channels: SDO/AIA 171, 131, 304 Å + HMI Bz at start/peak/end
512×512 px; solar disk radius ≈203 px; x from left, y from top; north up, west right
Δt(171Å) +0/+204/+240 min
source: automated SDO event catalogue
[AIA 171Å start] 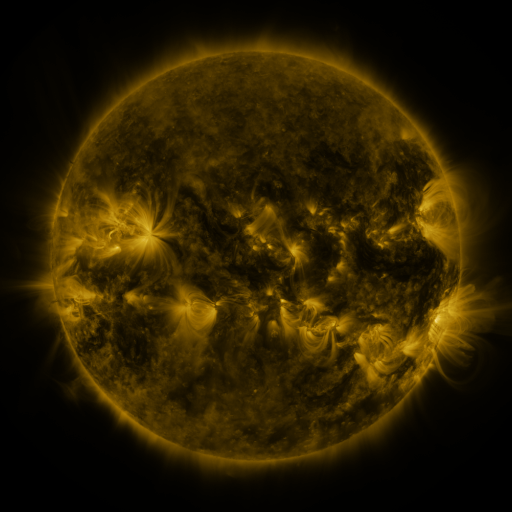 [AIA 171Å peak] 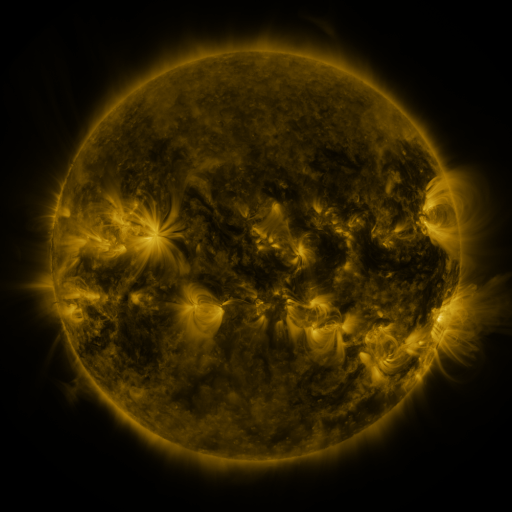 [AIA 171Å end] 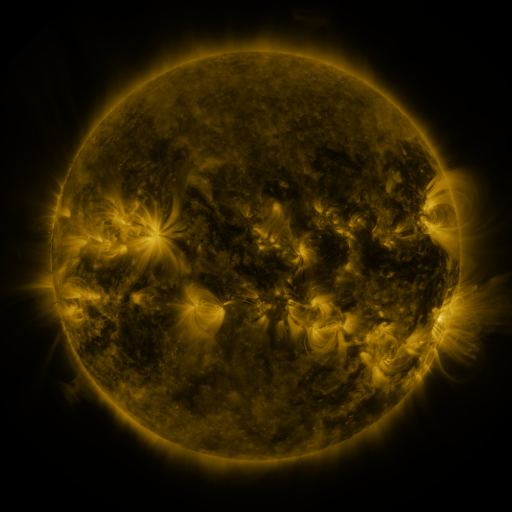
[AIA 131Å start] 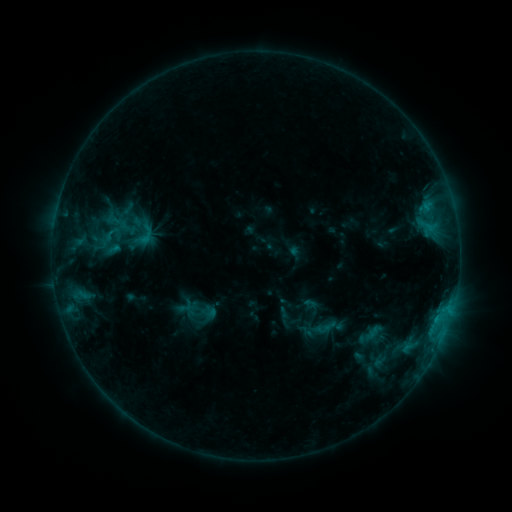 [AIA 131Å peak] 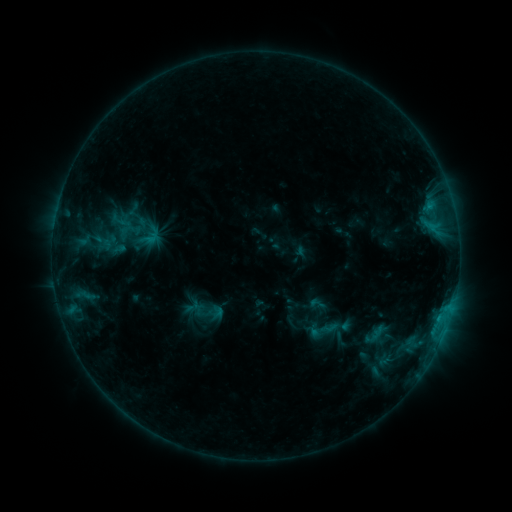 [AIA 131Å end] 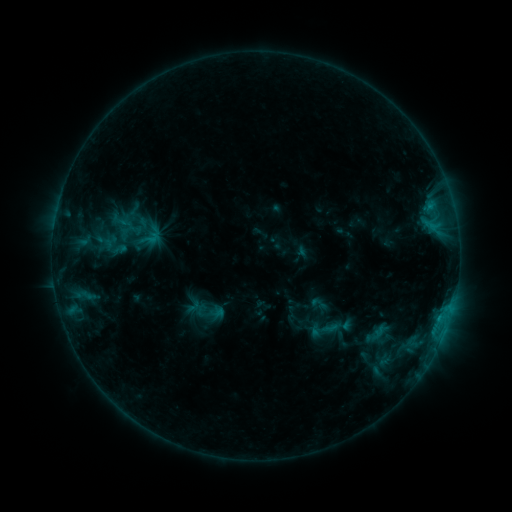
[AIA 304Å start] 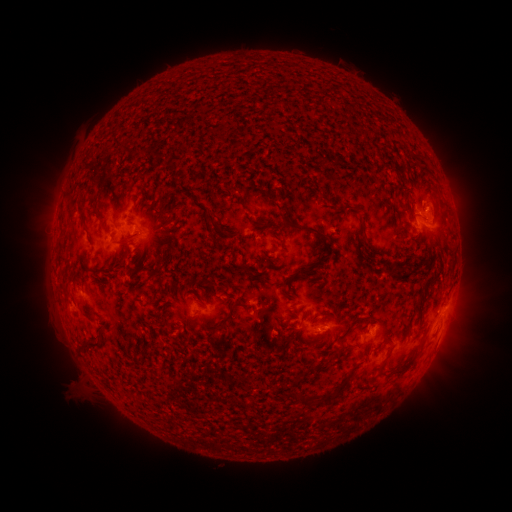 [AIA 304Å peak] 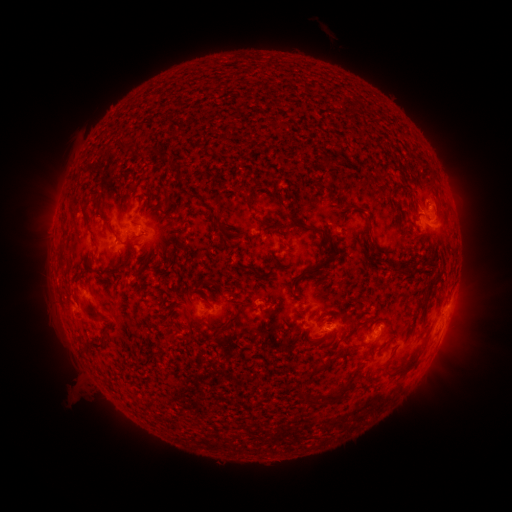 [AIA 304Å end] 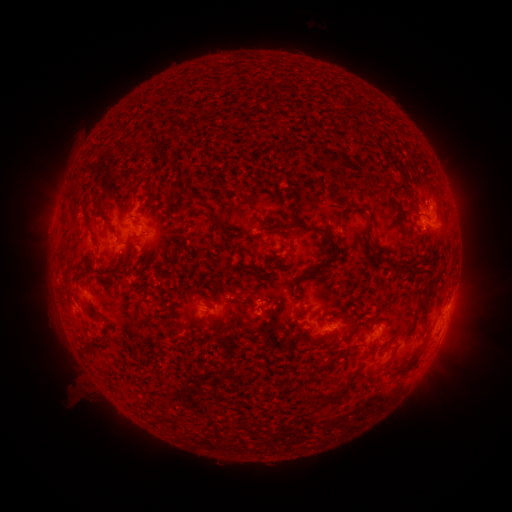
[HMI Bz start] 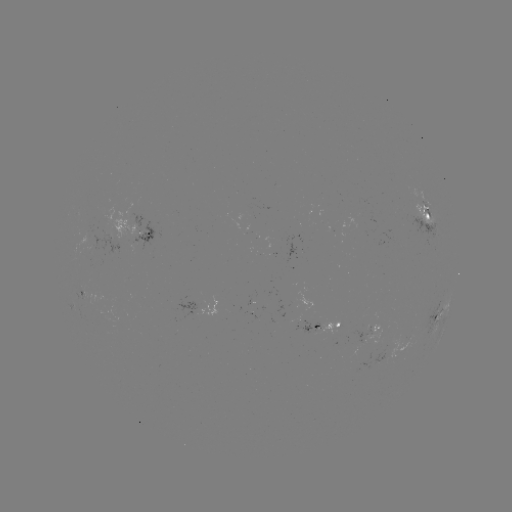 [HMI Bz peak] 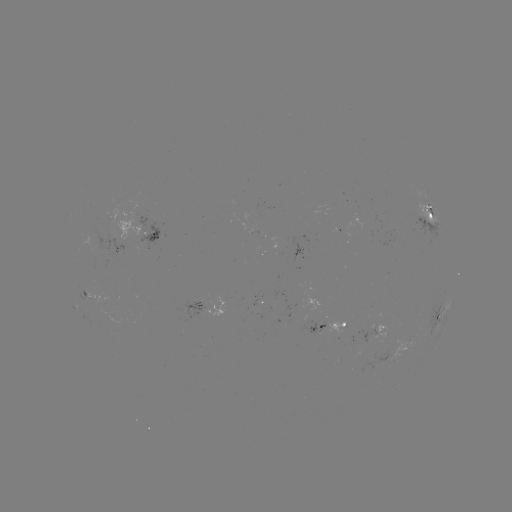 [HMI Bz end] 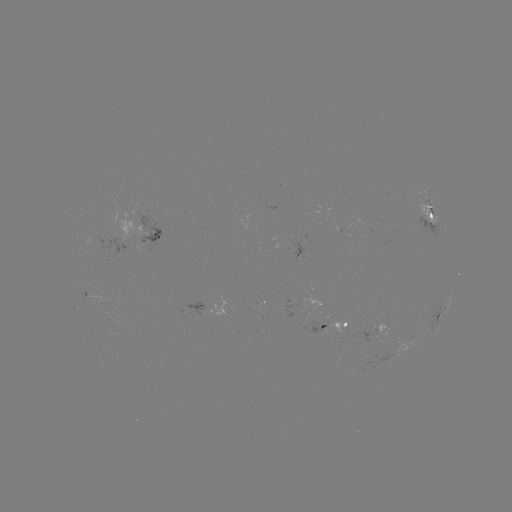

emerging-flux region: <bbox>330, 223, 341, 233</bbox>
